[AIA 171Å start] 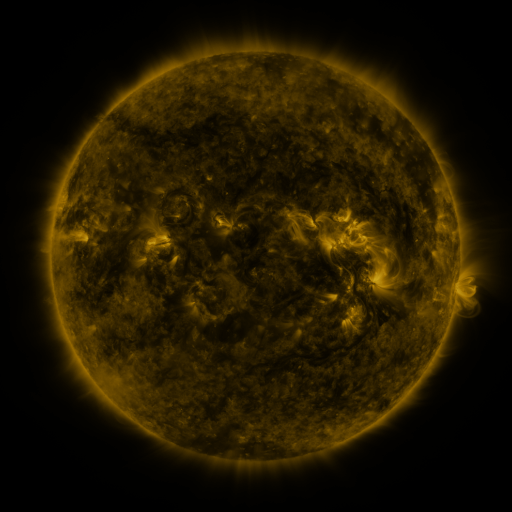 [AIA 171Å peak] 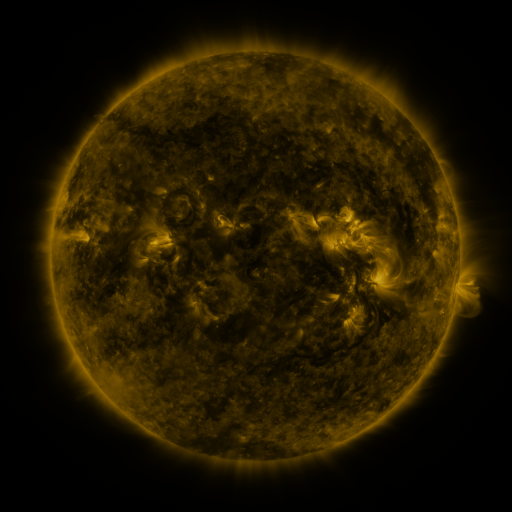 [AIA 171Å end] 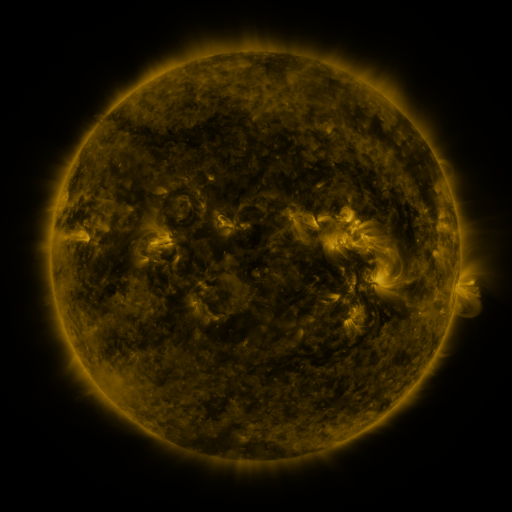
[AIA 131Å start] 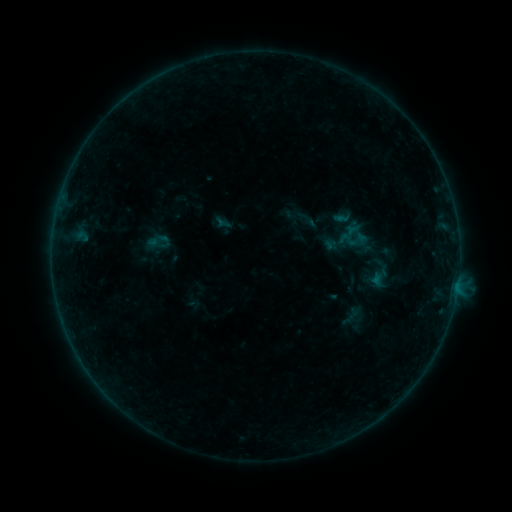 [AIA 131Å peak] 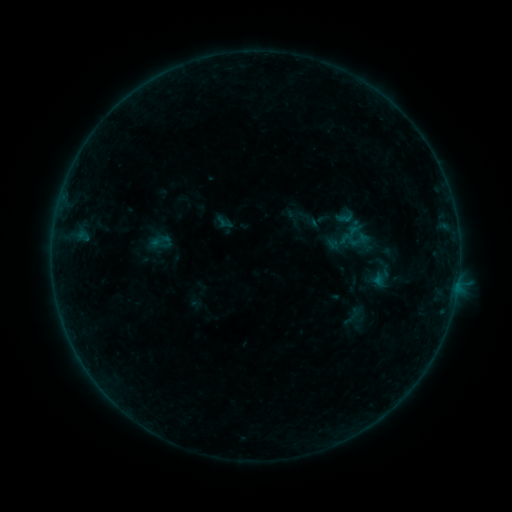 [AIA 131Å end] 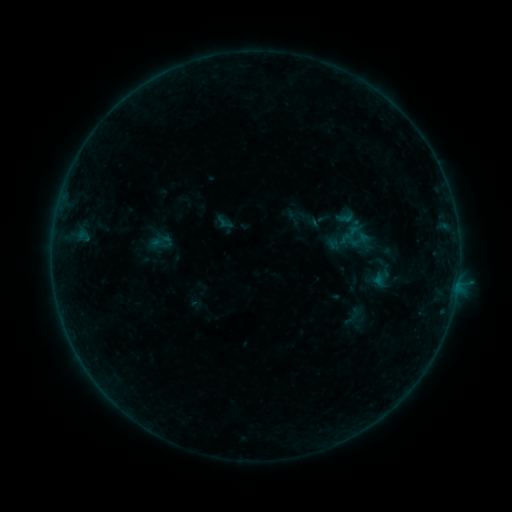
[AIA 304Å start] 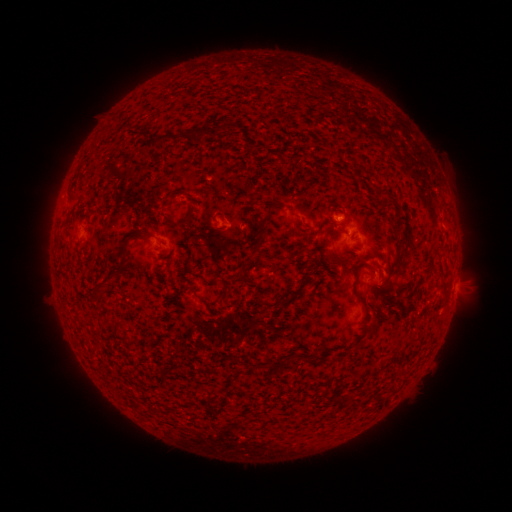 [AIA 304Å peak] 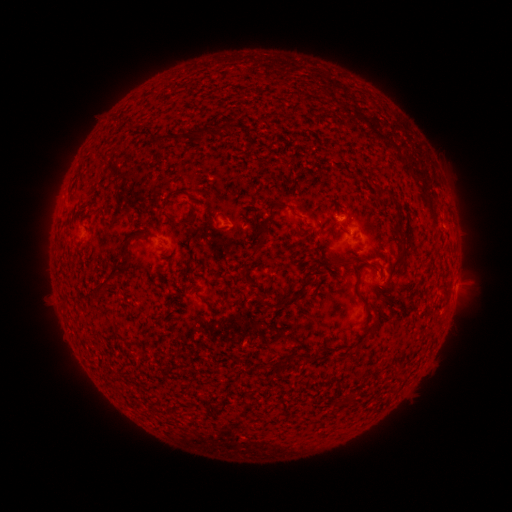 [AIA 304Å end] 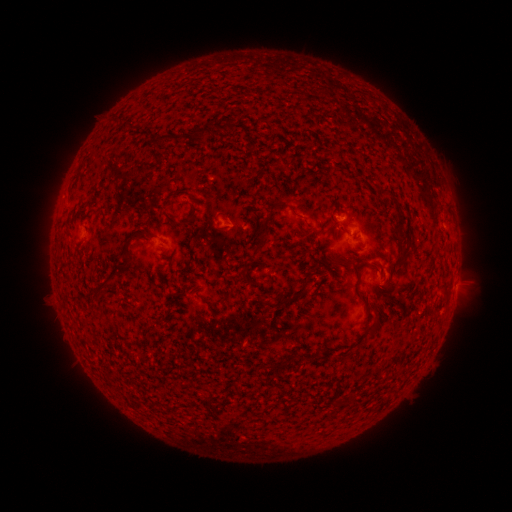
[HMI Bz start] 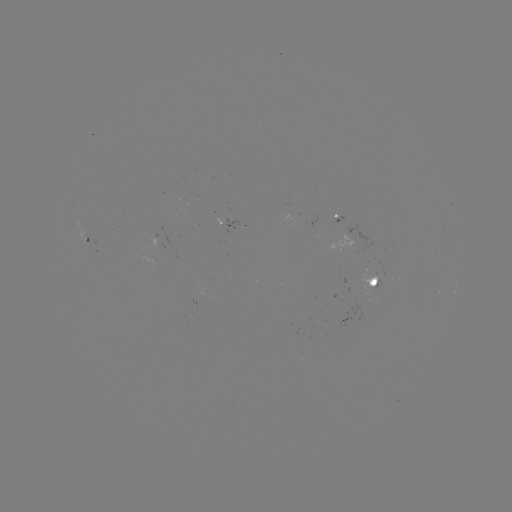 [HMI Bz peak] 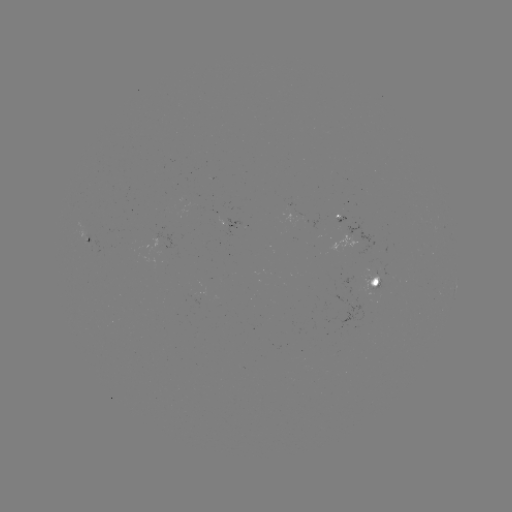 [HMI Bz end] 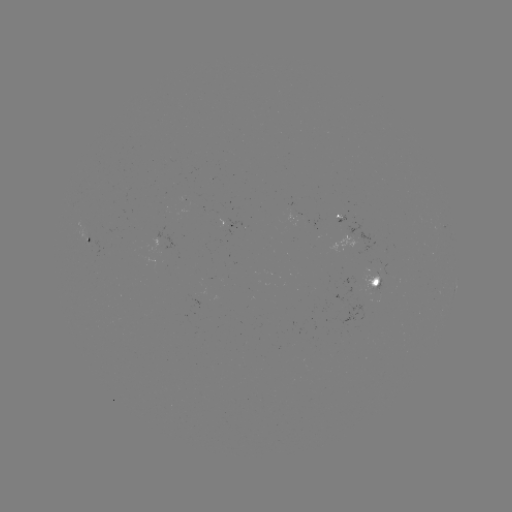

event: emerging-flux region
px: (197, 292)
